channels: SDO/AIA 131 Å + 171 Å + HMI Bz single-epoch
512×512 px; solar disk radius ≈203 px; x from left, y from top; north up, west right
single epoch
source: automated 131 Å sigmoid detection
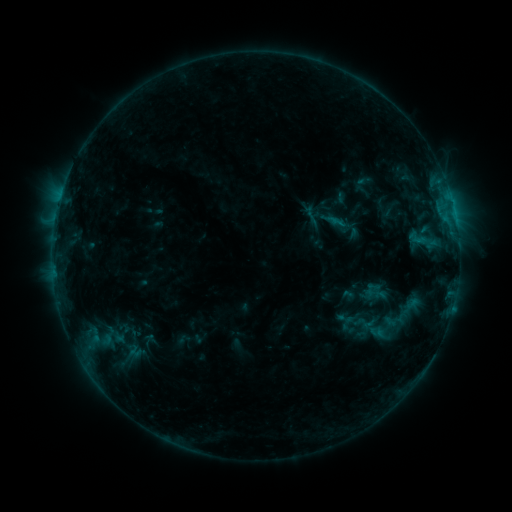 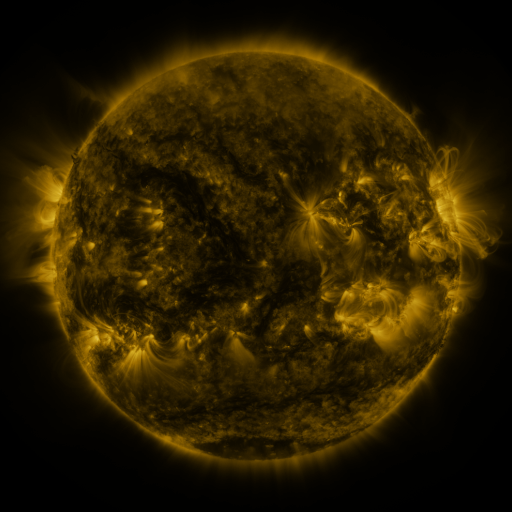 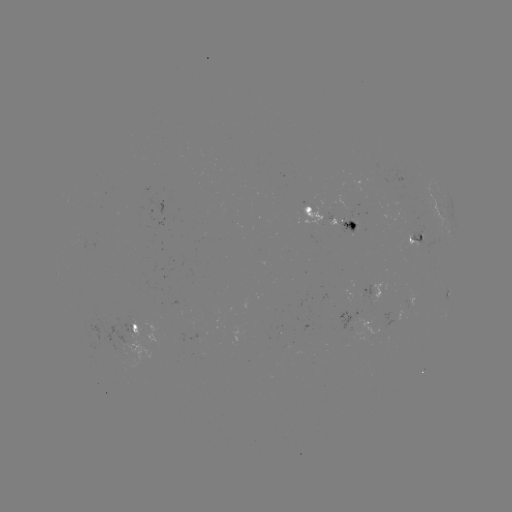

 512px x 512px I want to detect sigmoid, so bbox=[336, 309, 354, 327].